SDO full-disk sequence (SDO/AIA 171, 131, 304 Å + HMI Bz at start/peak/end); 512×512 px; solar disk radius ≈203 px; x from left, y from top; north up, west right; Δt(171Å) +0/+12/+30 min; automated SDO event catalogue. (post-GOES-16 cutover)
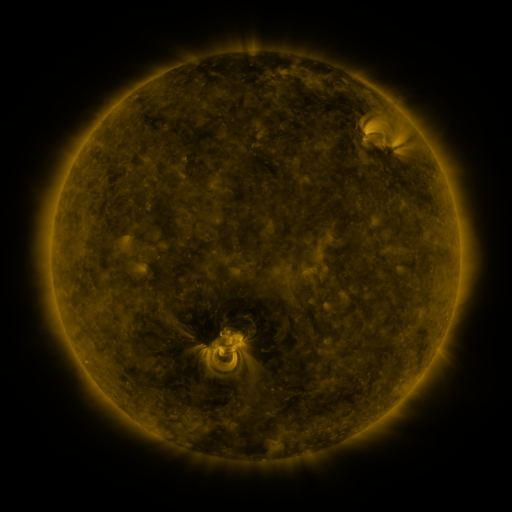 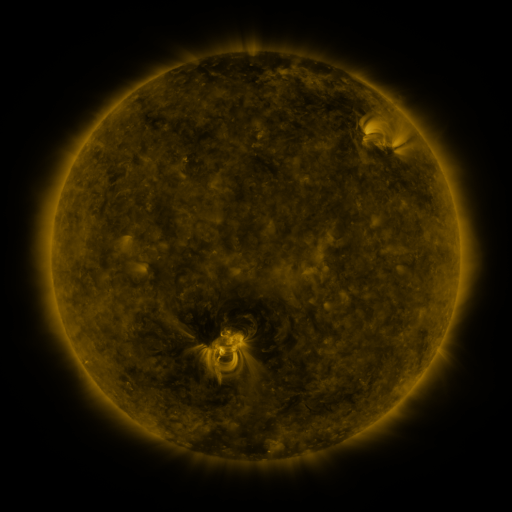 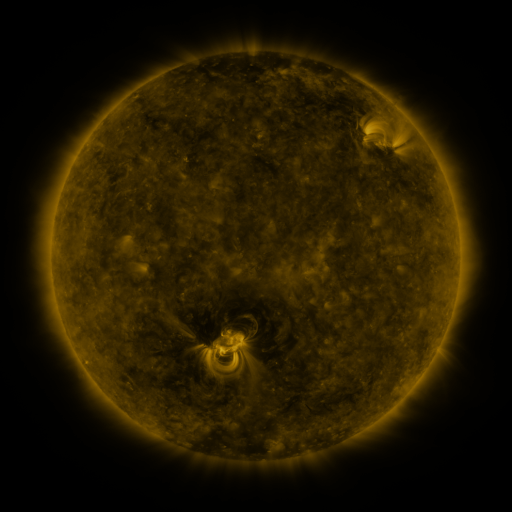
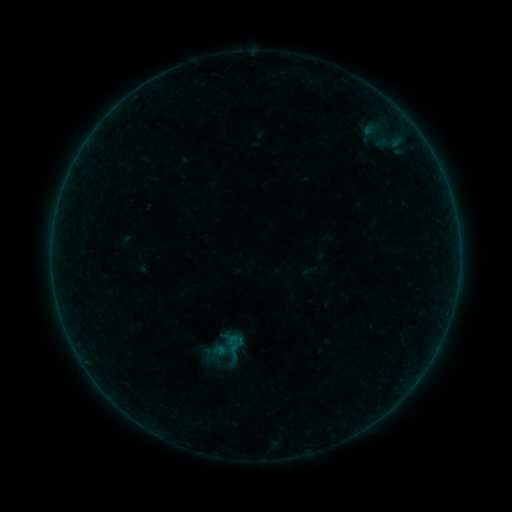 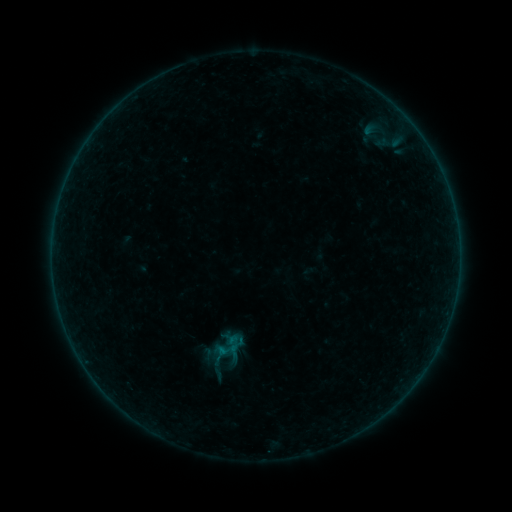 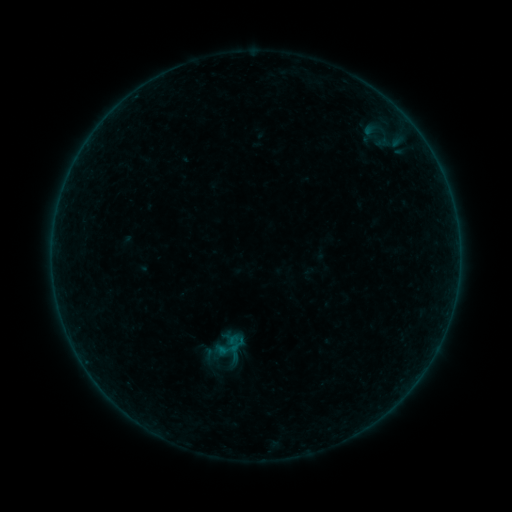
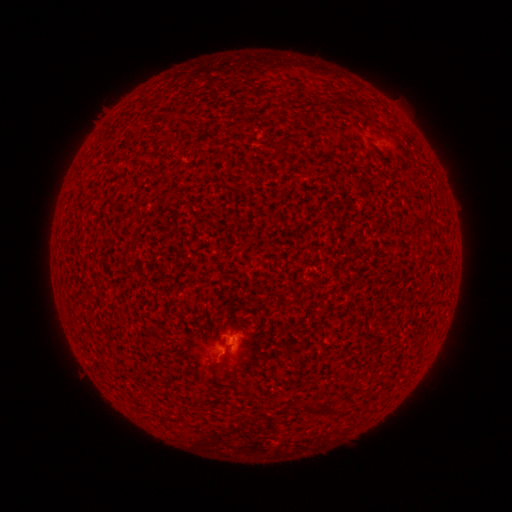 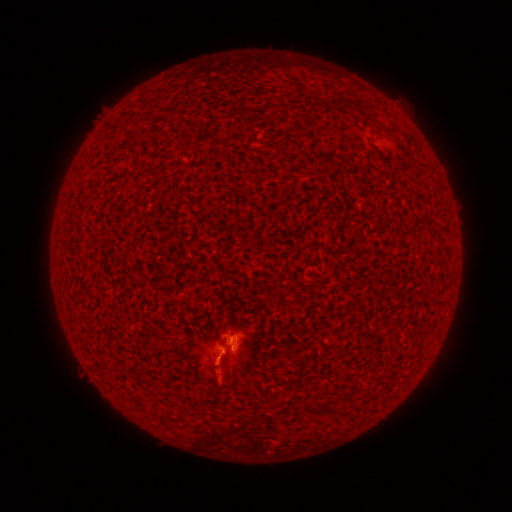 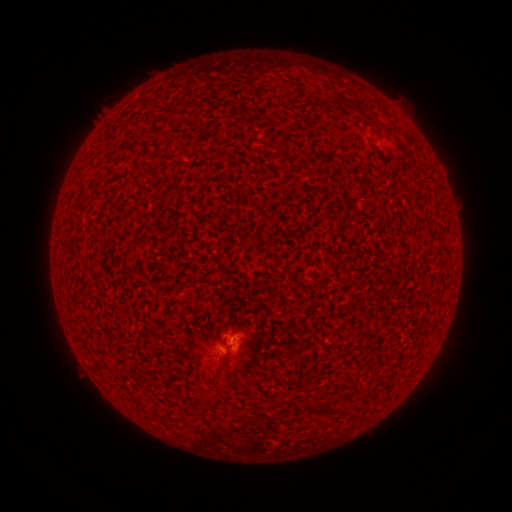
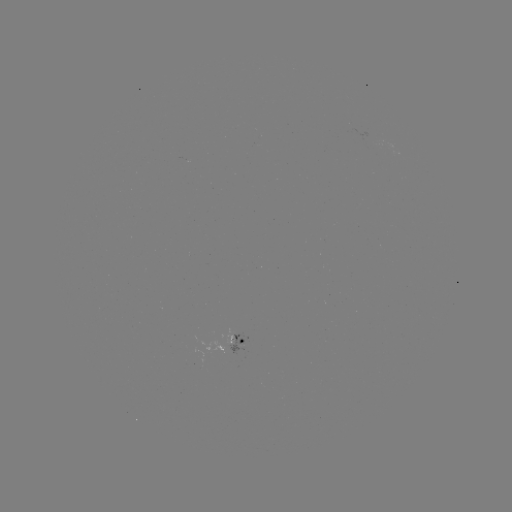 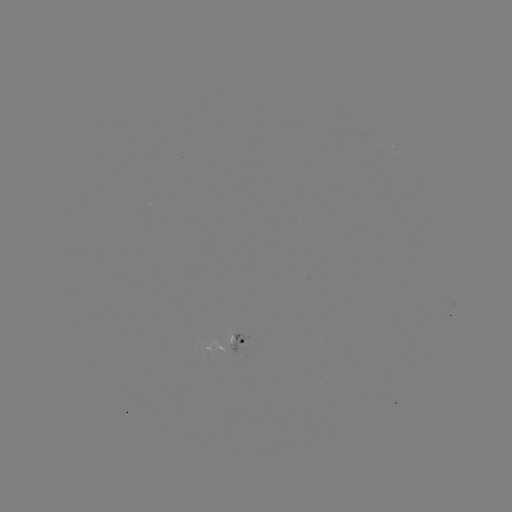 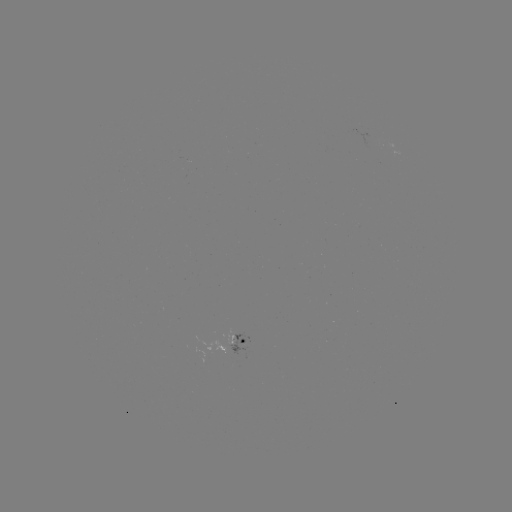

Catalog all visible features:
B1.5 flare: (227, 349)
